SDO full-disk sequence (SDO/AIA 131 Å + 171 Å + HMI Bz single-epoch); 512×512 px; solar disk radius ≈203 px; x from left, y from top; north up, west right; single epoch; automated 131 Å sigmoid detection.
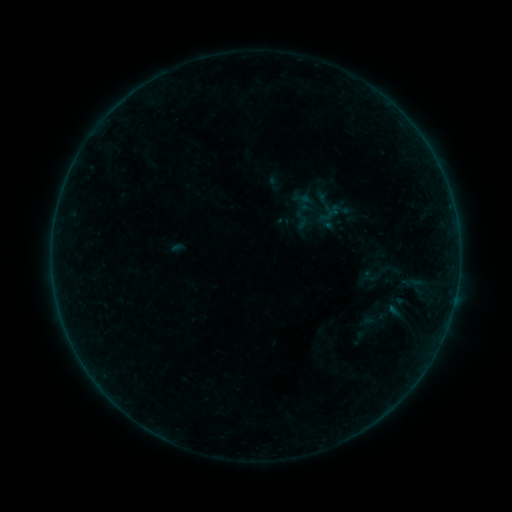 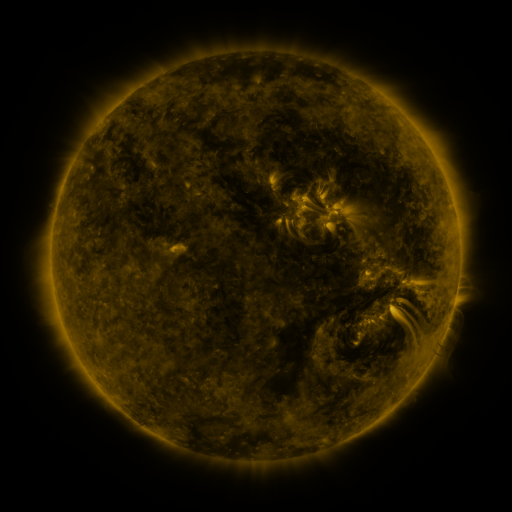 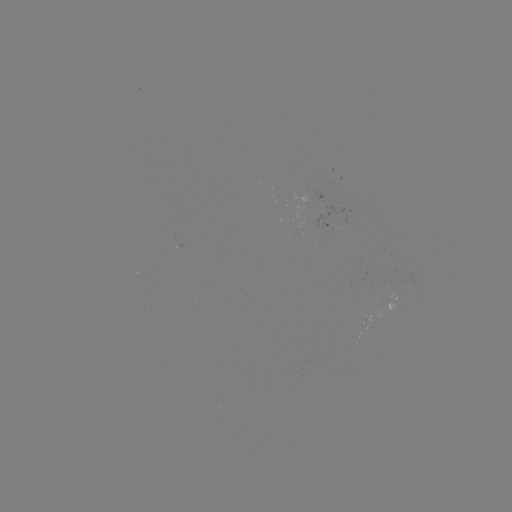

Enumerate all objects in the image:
sigmoid: (330, 215)
sigmoid: (381, 272)
